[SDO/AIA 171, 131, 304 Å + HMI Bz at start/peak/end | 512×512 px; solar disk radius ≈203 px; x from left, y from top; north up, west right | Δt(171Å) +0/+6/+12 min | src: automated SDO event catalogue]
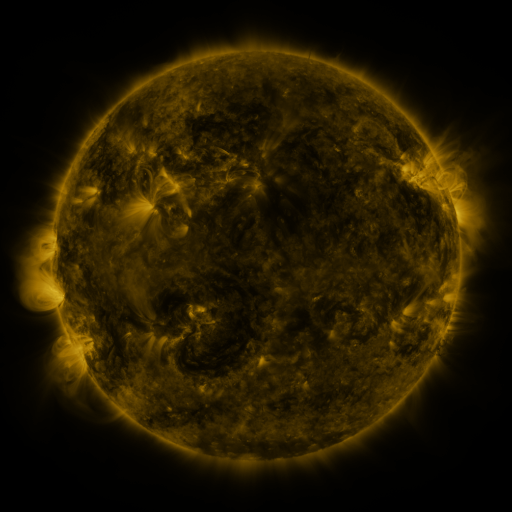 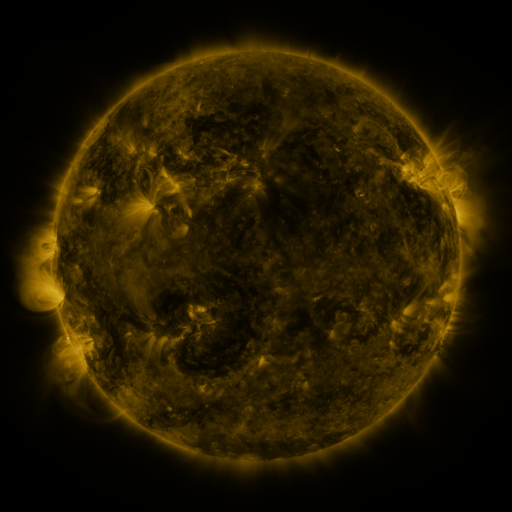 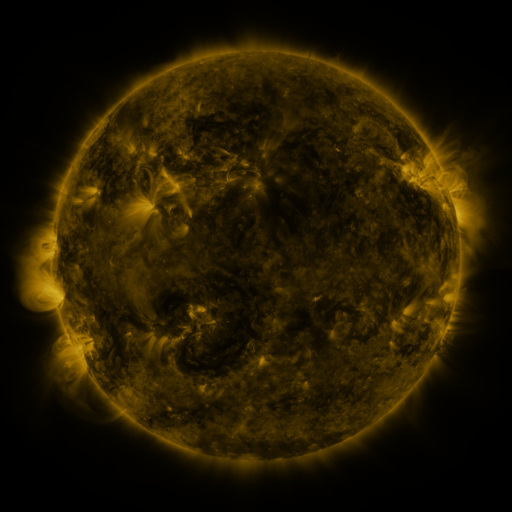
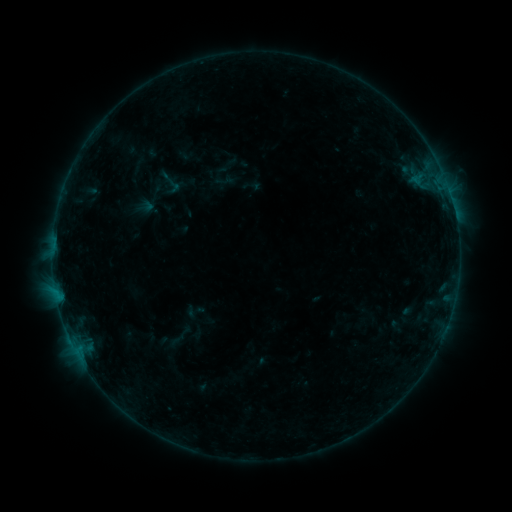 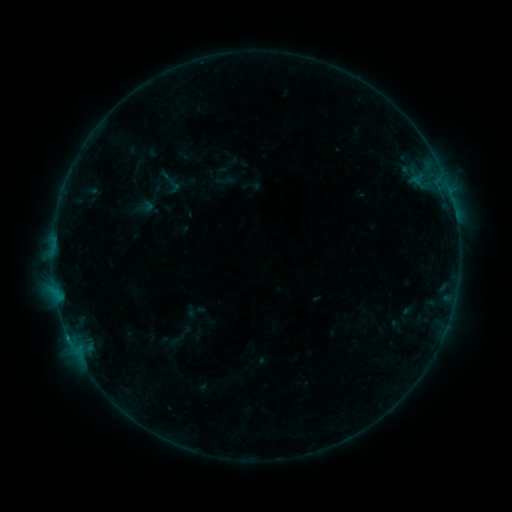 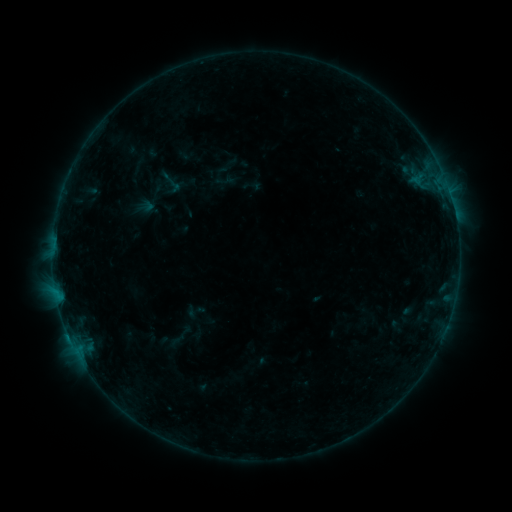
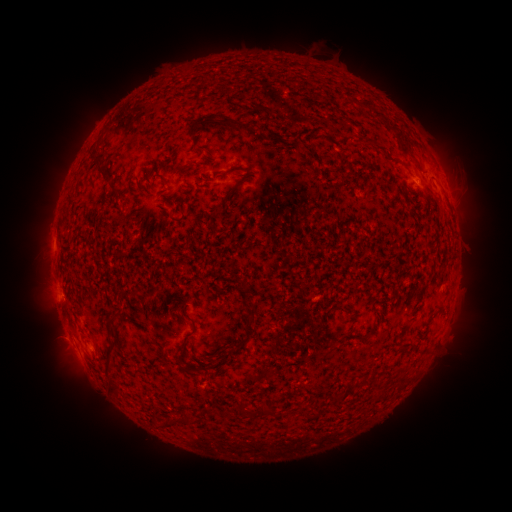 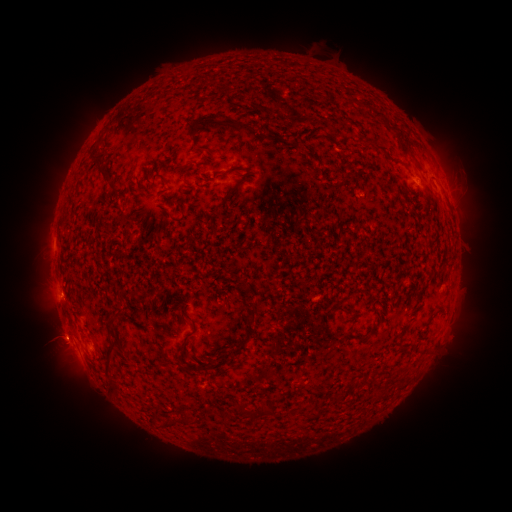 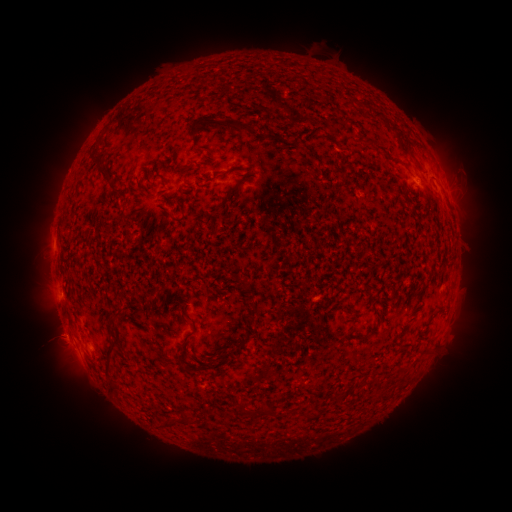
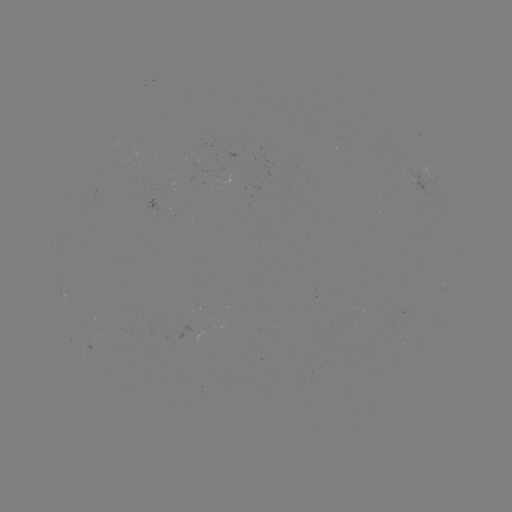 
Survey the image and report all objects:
B6.5 flare: (69, 333)
